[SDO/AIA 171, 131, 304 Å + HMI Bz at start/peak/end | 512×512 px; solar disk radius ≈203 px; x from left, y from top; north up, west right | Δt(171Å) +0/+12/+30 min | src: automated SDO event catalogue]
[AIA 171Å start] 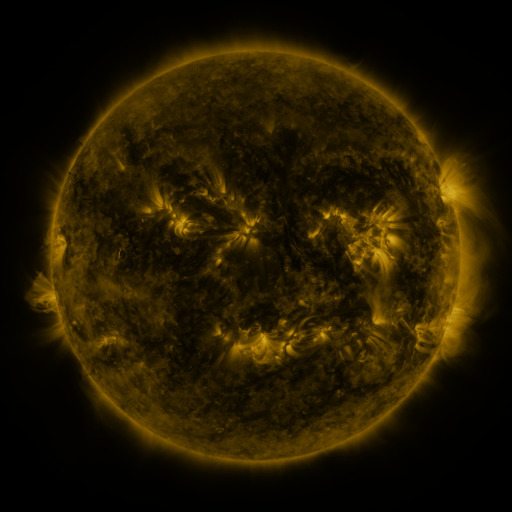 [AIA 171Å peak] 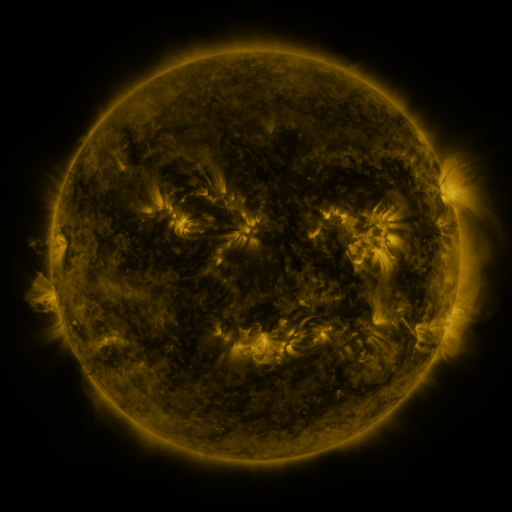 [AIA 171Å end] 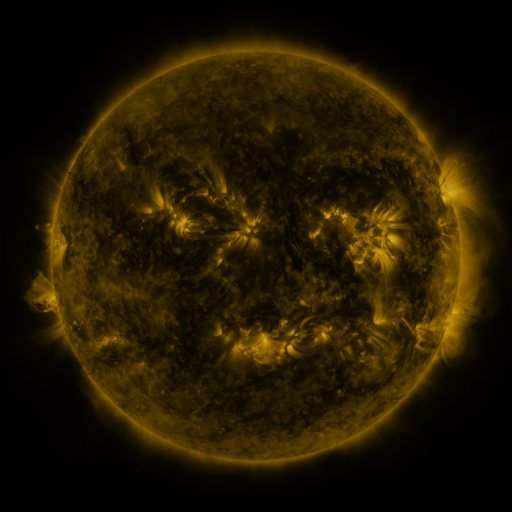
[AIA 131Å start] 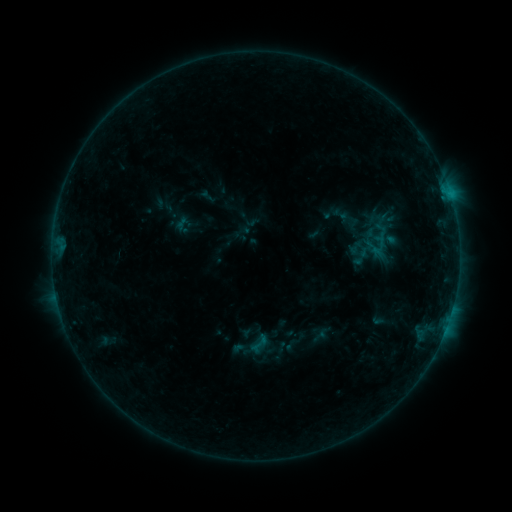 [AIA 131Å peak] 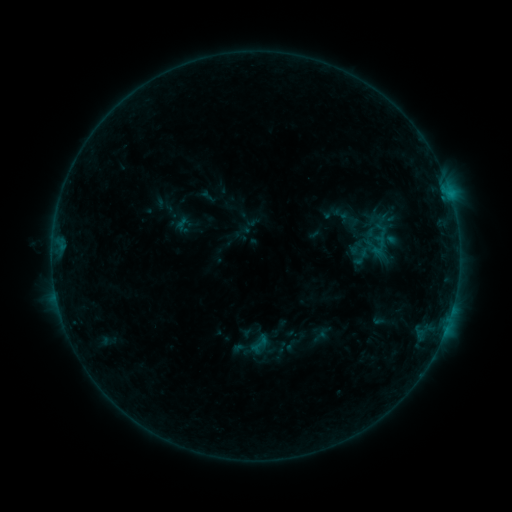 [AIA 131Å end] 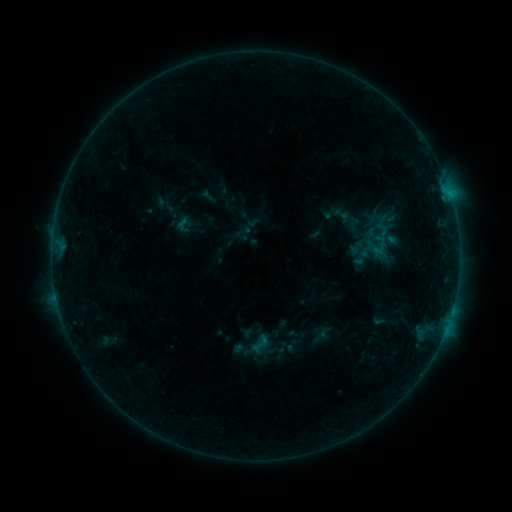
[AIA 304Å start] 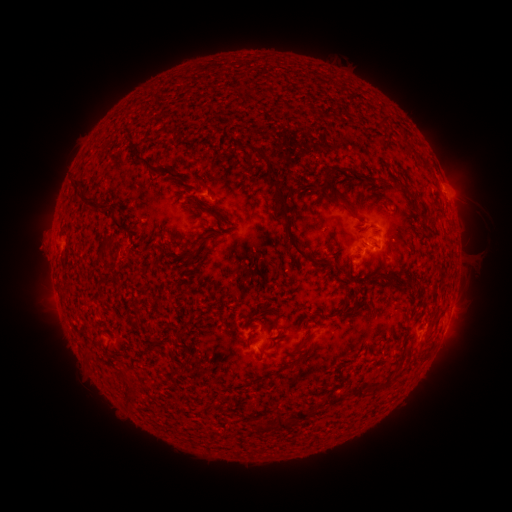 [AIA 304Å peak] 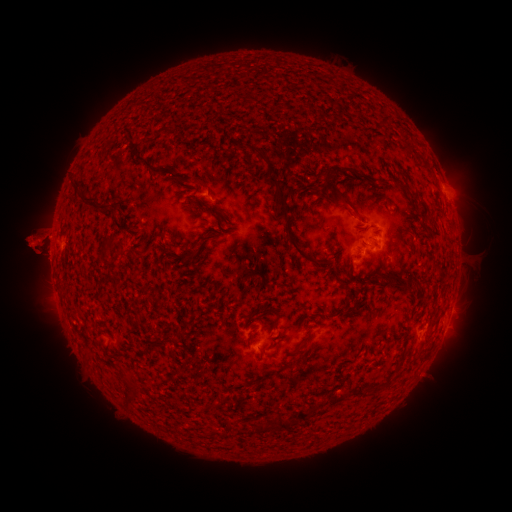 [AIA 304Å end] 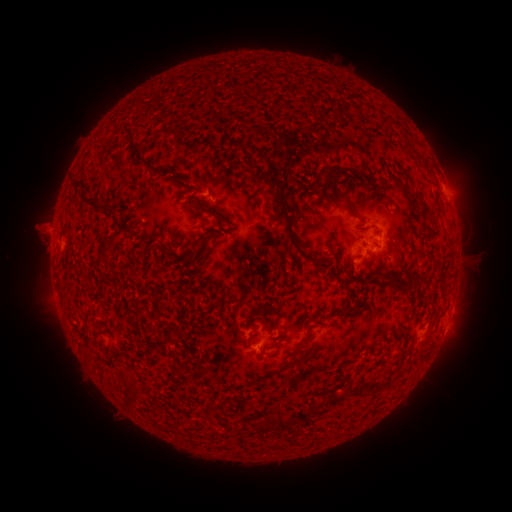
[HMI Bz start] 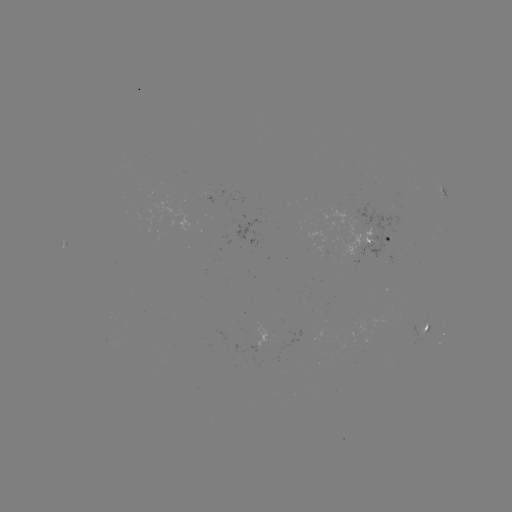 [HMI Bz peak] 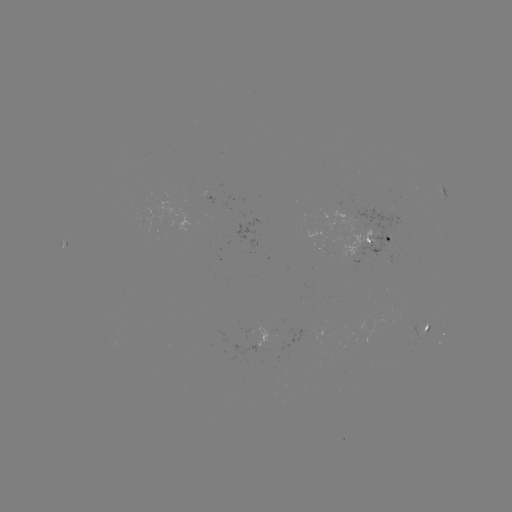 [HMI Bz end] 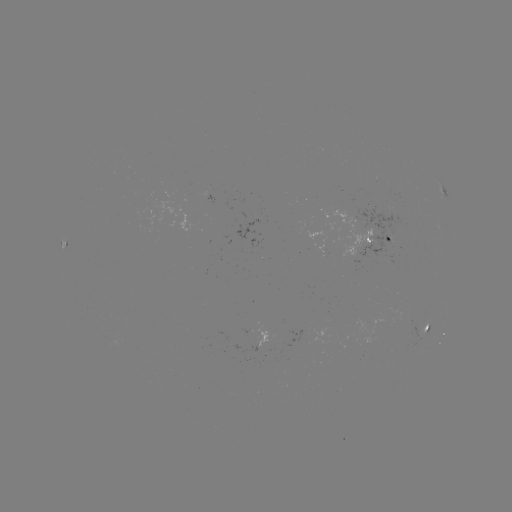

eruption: <bbox>0, 198, 70, 299</bbox>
